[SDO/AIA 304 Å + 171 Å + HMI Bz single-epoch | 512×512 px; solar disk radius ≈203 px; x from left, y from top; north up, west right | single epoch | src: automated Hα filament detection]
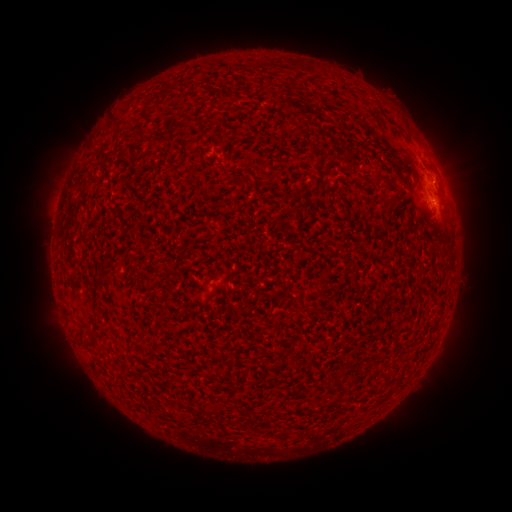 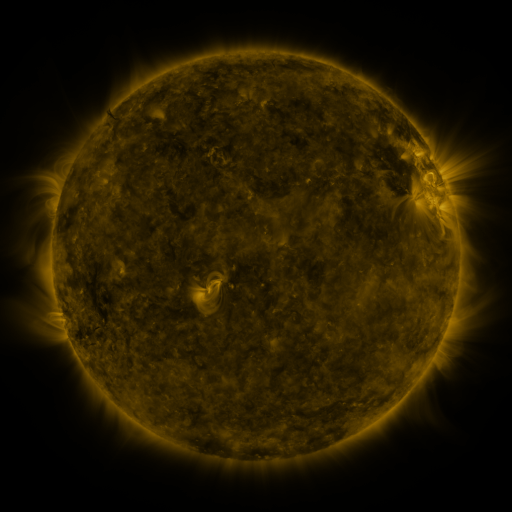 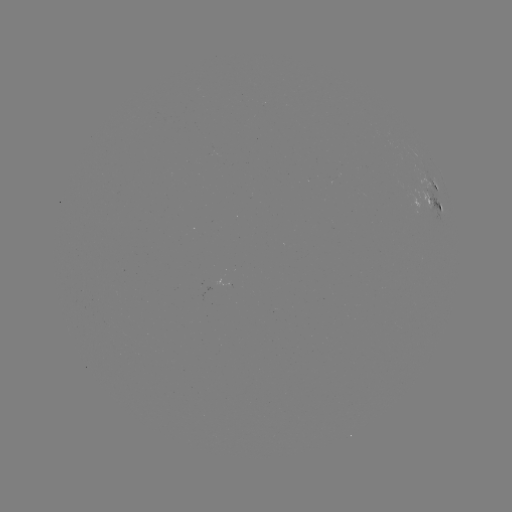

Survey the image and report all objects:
filament: <bbox>271, 58, 280, 70</bbox>
filament: <bbox>160, 135, 170, 142</bbox>
filament: <bbox>100, 272, 114, 280</bbox>
filament: <bbox>90, 319, 104, 333</bbox>
filament: <bbox>80, 334, 97, 346</bbox>
